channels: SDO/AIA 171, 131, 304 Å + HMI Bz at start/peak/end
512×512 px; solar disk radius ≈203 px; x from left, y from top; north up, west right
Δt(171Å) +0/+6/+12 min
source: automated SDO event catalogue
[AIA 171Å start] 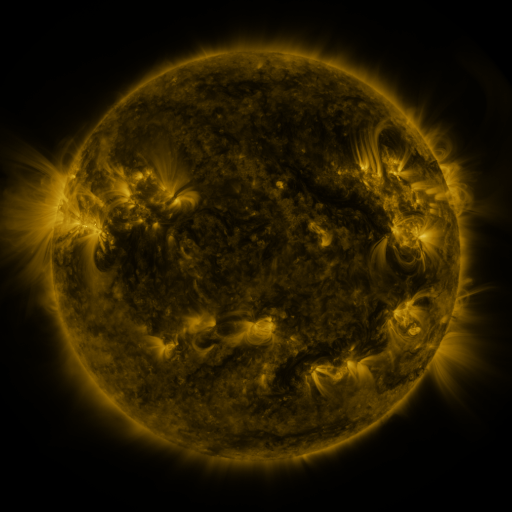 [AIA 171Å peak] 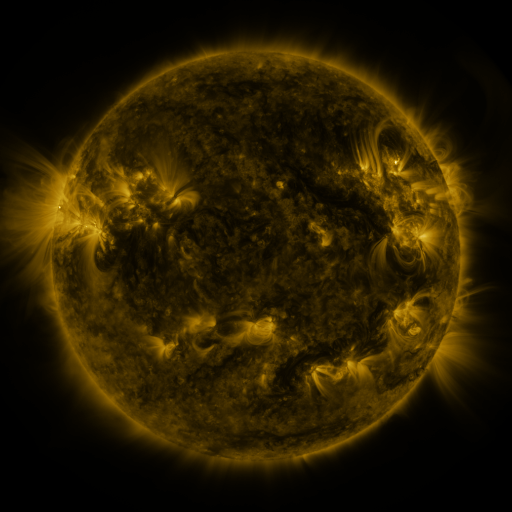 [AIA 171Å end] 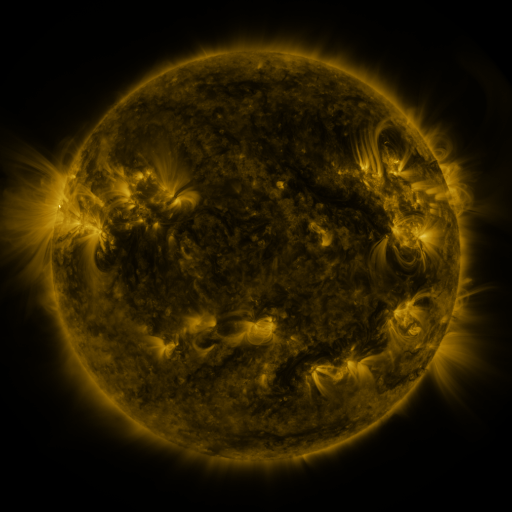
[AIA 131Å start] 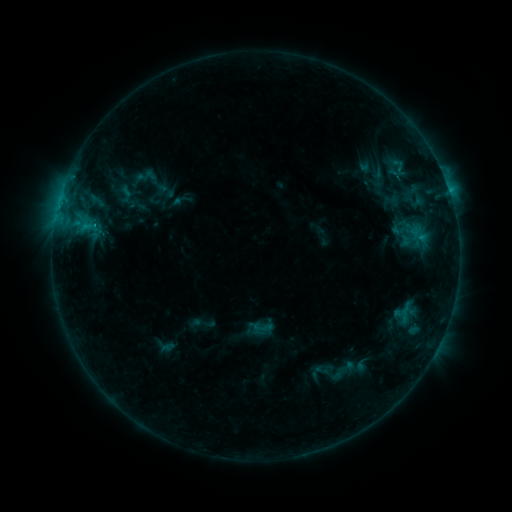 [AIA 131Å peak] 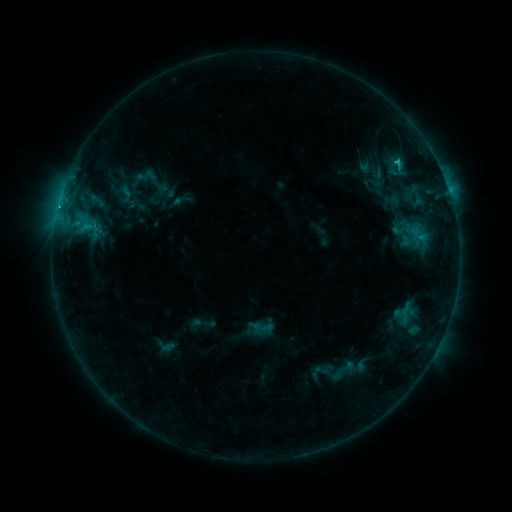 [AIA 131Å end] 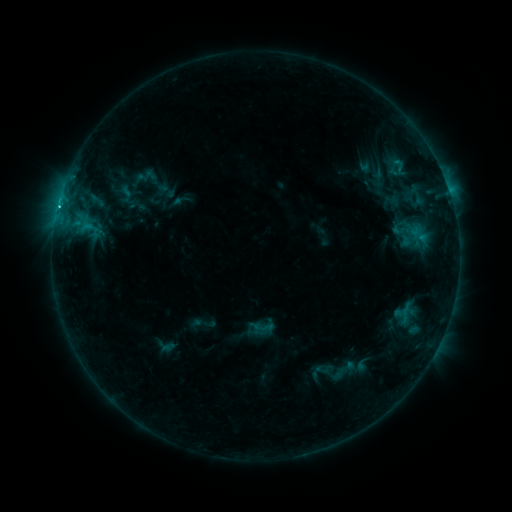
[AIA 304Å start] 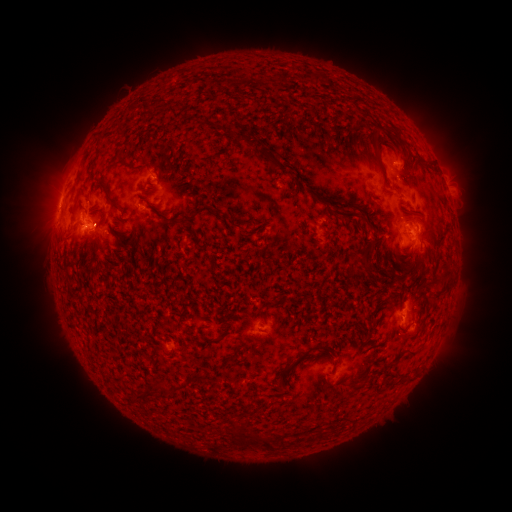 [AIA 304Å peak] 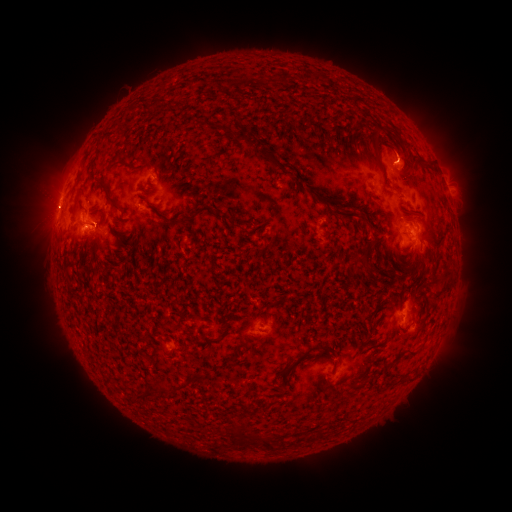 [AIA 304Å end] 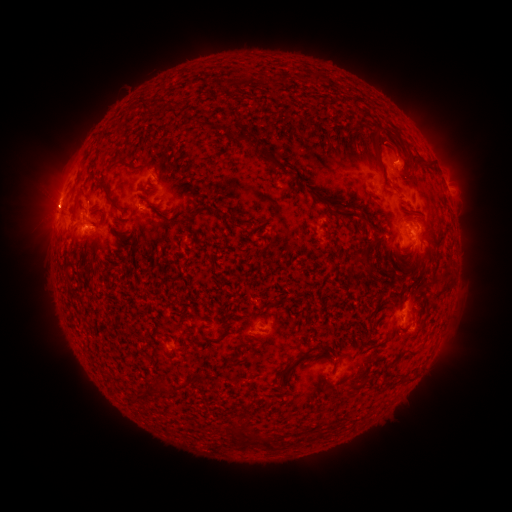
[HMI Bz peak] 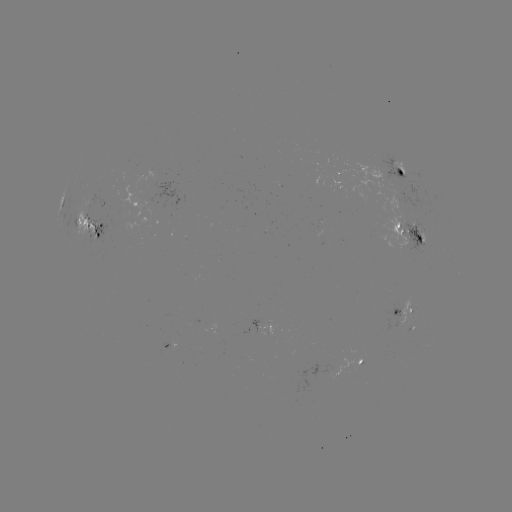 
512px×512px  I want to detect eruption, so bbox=[377, 124, 426, 179].